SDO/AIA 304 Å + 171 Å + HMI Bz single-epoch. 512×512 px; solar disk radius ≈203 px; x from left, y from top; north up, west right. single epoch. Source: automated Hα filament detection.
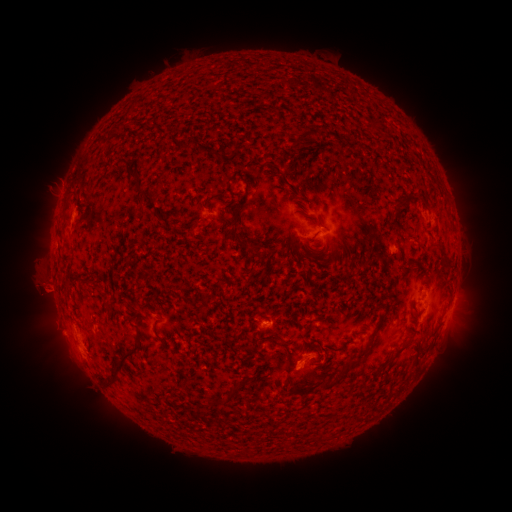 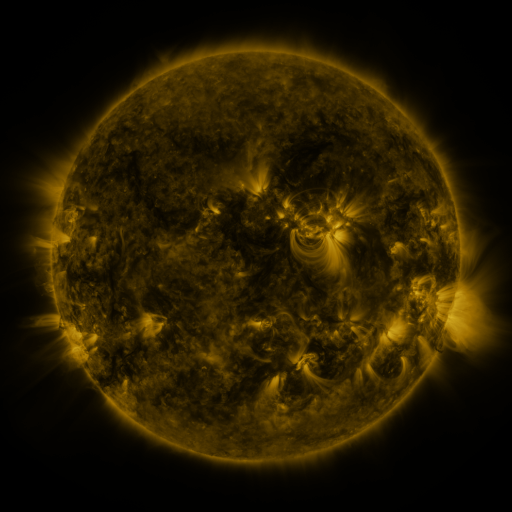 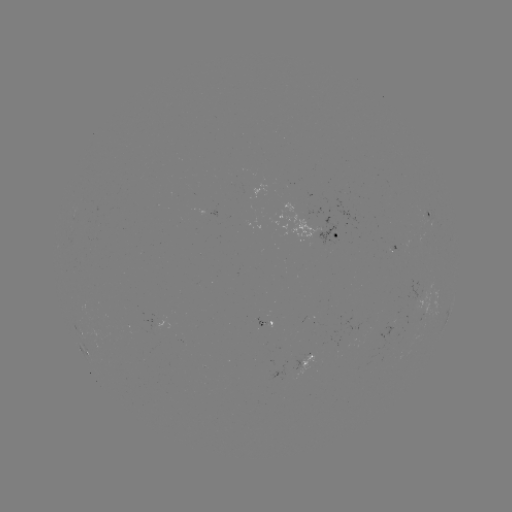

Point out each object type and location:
filament: (366, 116, 379, 131)
filament: (104, 126, 120, 150)
filament: (289, 135, 301, 145)
filament: (183, 140, 193, 149)
filament: (196, 145, 222, 160)
filament: (127, 172, 137, 181)
filament: (236, 175, 249, 189)
filament: (135, 186, 154, 204)
filament: (63, 193, 79, 212)
filament: (387, 194, 408, 228)
filament: (231, 202, 257, 252)
filament: (294, 208, 319, 223)
filament: (306, 244, 319, 252)
filament: (322, 244, 331, 254)
filament: (80, 279, 94, 287)
filament: (106, 304, 115, 318)
filament: (367, 310, 387, 346)
filament: (153, 319, 161, 337)
filament: (261, 335, 283, 344)
filament: (103, 336, 143, 390)
filament: (394, 340, 410, 352)
filament: (380, 354, 393, 366)
filament: (339, 362, 352, 376)
filament: (323, 379, 337, 390)
filament: (211, 397, 233, 406)
